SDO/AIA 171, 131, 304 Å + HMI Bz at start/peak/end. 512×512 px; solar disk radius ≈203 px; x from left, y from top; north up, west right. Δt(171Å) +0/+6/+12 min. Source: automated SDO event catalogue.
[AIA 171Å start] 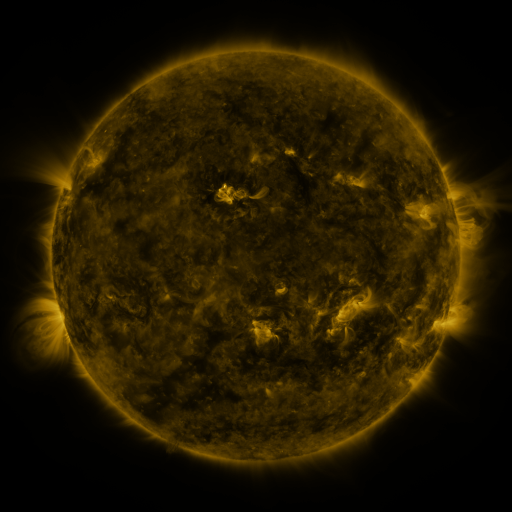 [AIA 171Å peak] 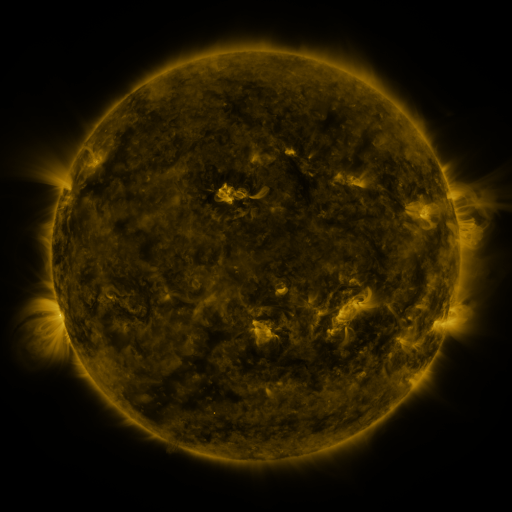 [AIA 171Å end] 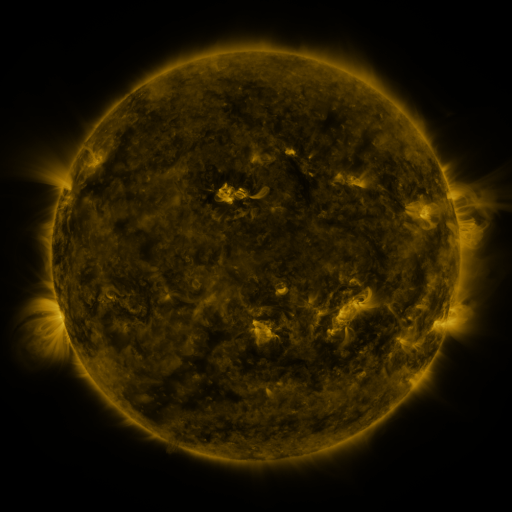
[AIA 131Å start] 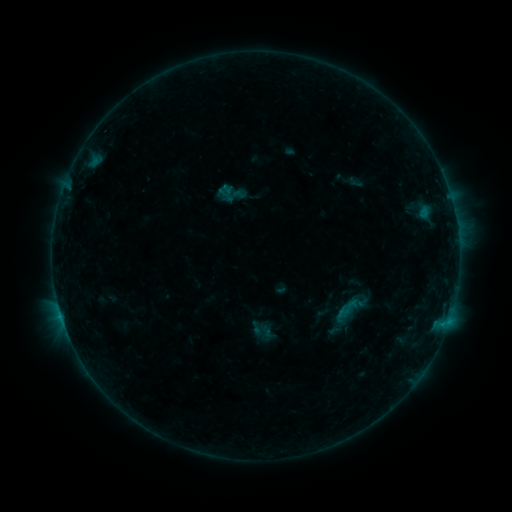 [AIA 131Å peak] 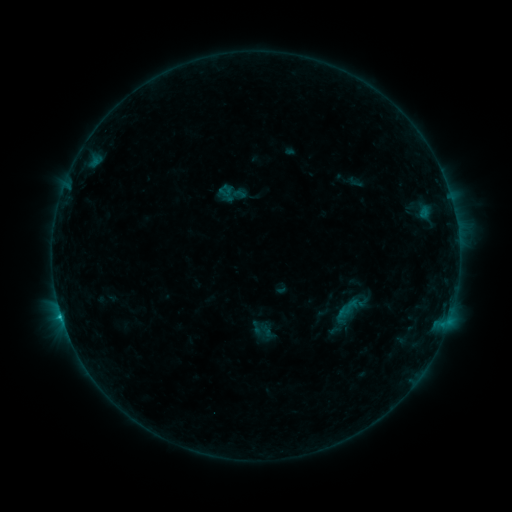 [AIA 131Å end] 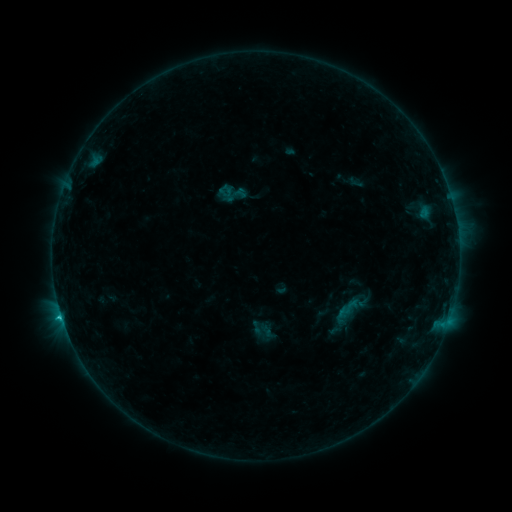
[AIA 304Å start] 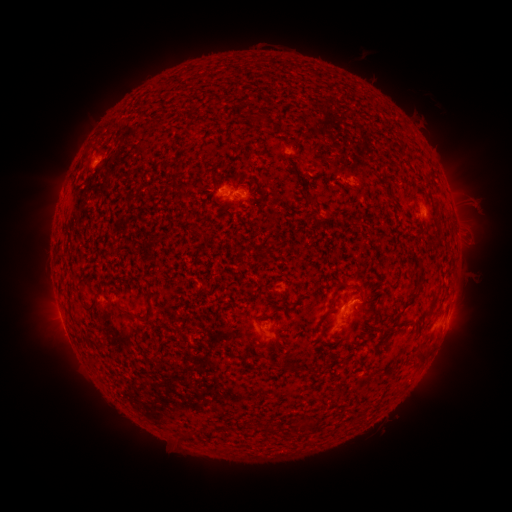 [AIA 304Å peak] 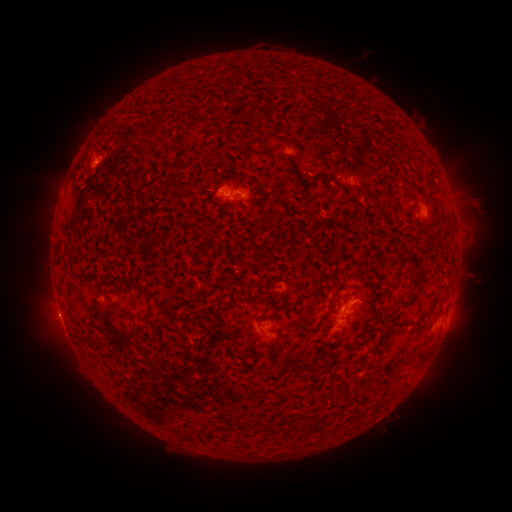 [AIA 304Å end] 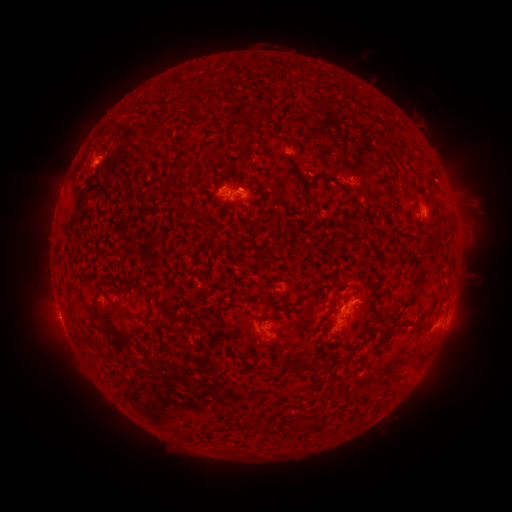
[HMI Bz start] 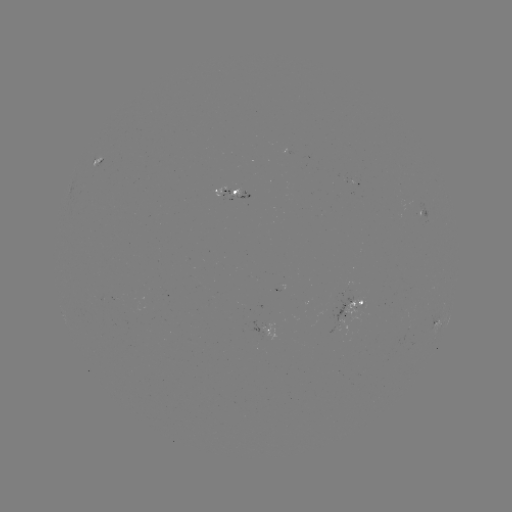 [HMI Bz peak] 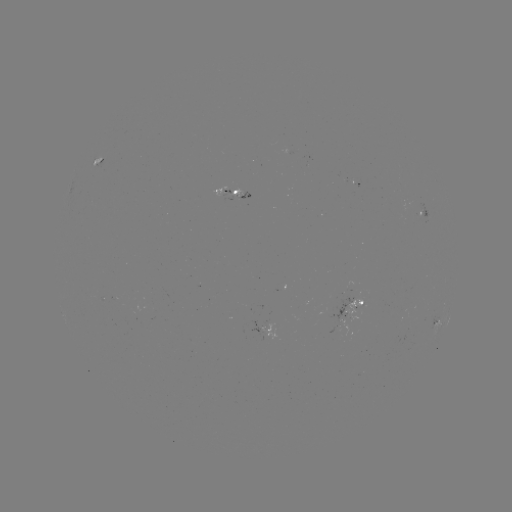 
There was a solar flare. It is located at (61, 314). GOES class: C1.0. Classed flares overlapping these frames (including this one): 1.